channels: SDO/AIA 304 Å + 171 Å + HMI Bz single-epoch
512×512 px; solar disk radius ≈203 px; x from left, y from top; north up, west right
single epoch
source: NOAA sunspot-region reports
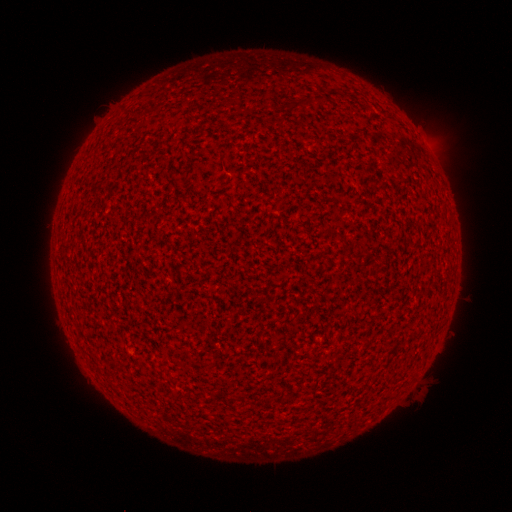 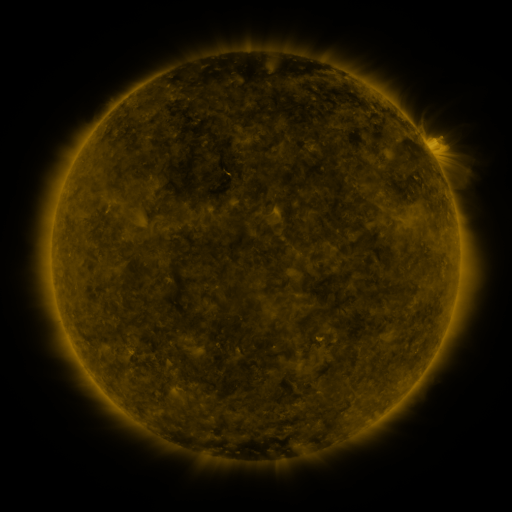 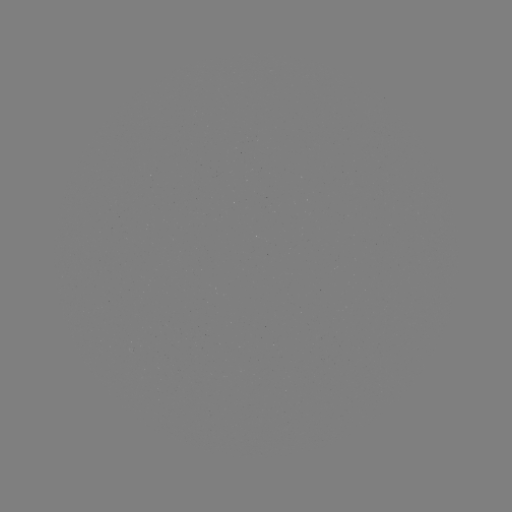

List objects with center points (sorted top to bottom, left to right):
(none)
